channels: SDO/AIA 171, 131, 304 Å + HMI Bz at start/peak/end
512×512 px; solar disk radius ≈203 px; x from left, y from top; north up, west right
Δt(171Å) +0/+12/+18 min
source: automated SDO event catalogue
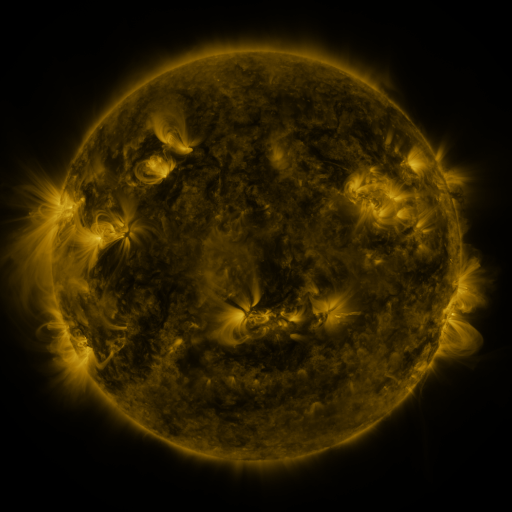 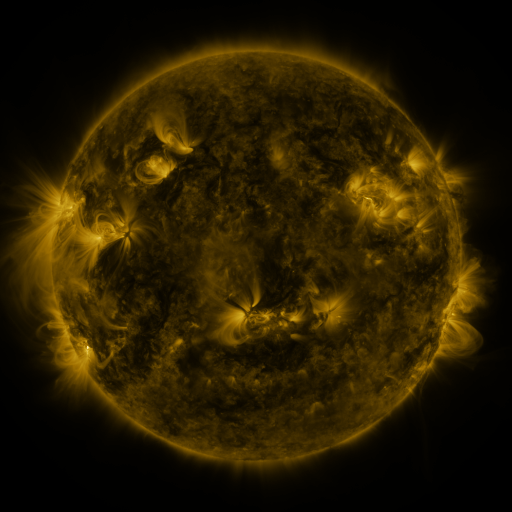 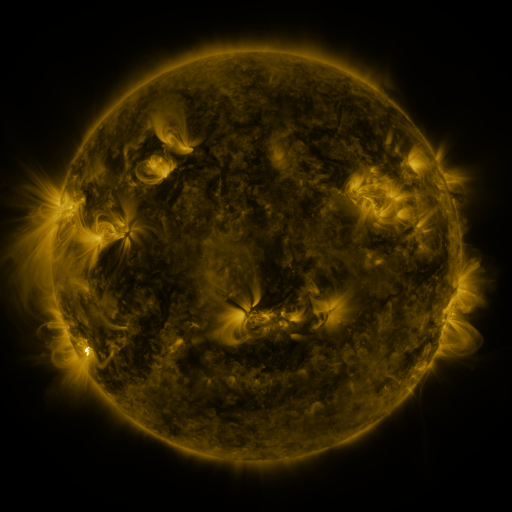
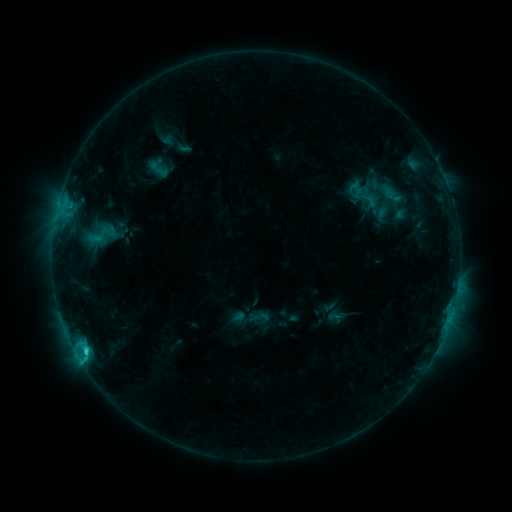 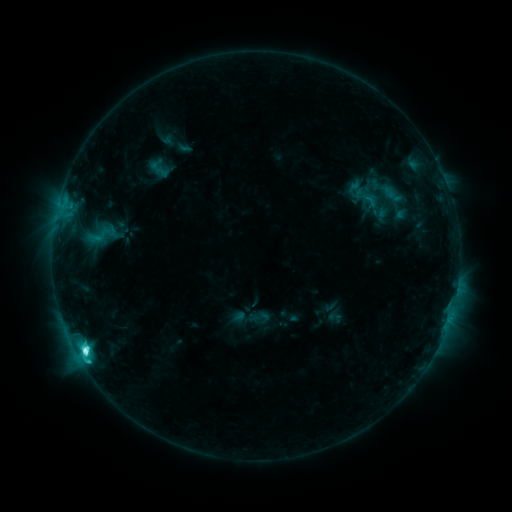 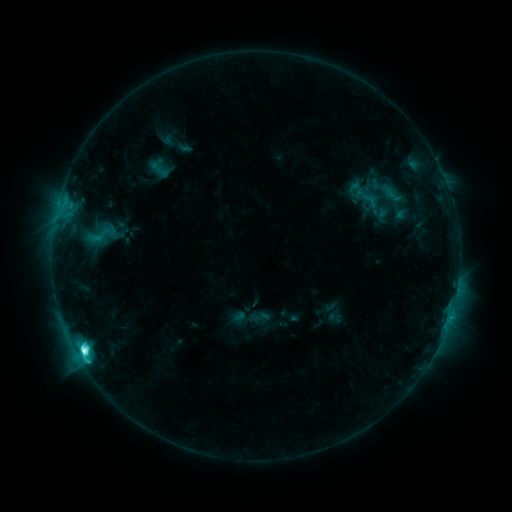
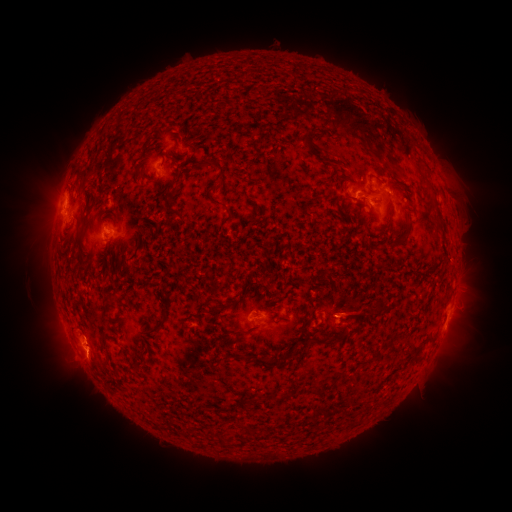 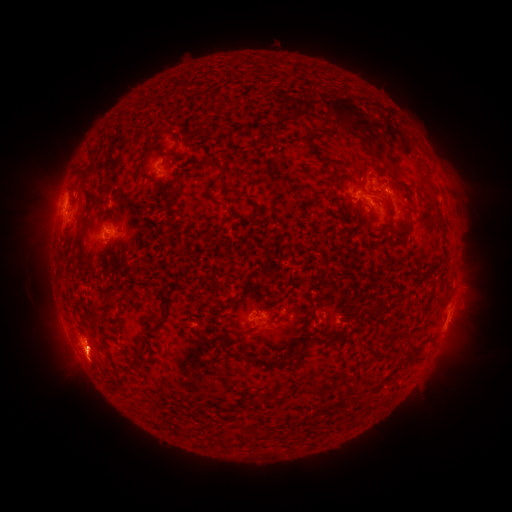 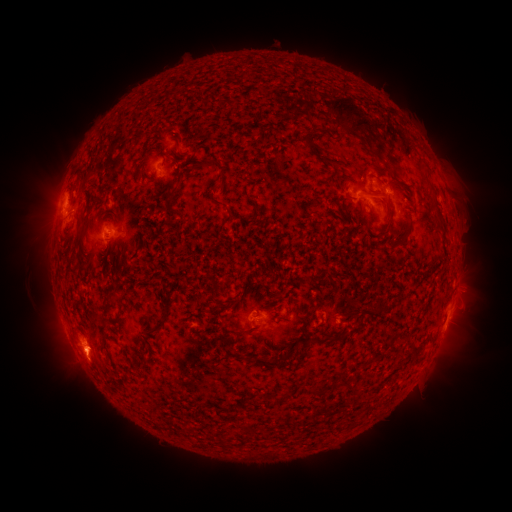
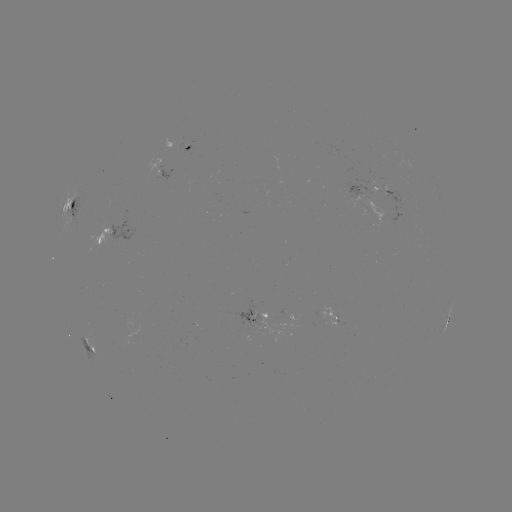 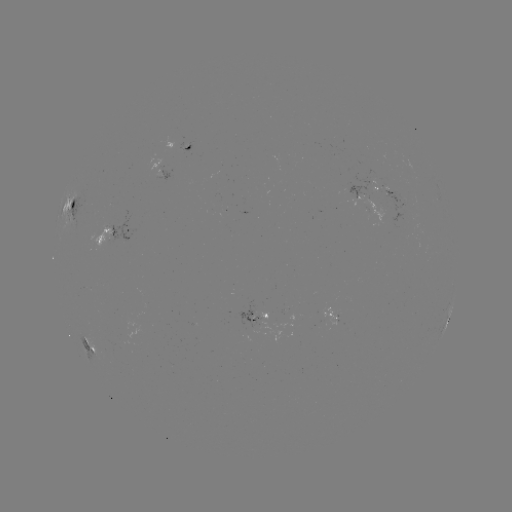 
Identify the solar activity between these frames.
C8.0 flare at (84, 348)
